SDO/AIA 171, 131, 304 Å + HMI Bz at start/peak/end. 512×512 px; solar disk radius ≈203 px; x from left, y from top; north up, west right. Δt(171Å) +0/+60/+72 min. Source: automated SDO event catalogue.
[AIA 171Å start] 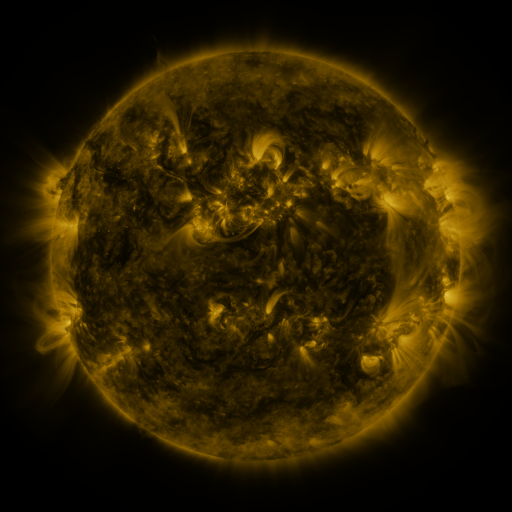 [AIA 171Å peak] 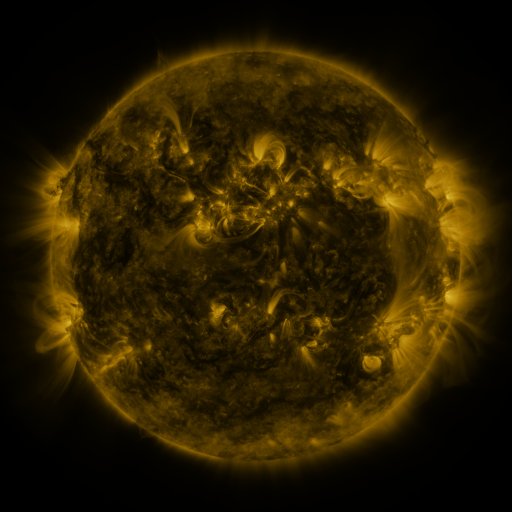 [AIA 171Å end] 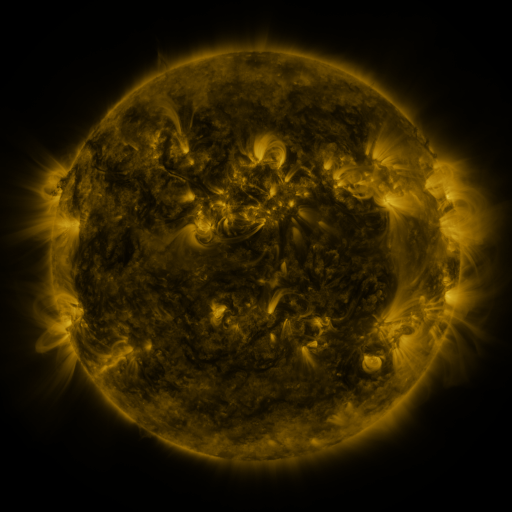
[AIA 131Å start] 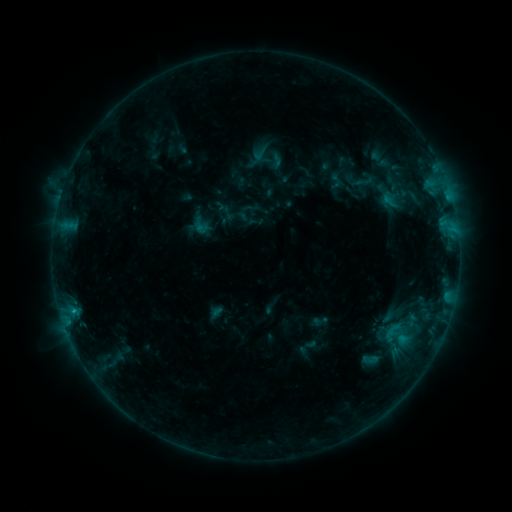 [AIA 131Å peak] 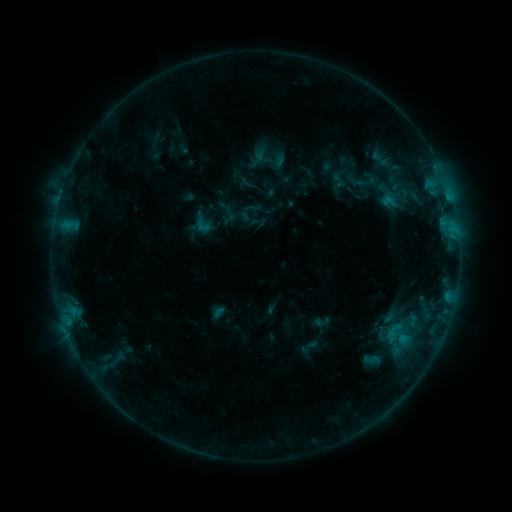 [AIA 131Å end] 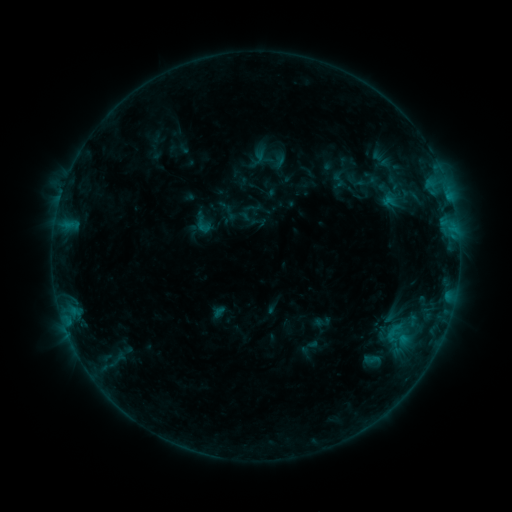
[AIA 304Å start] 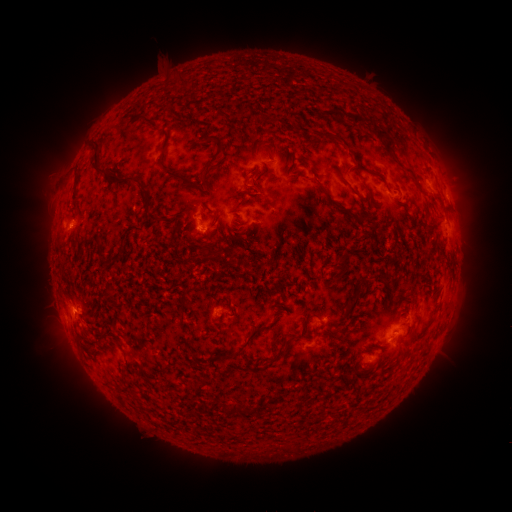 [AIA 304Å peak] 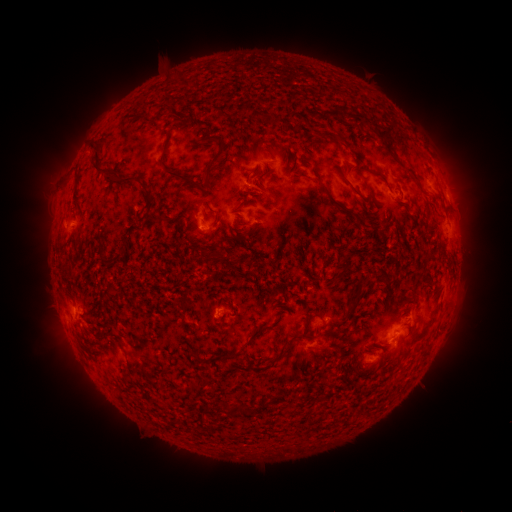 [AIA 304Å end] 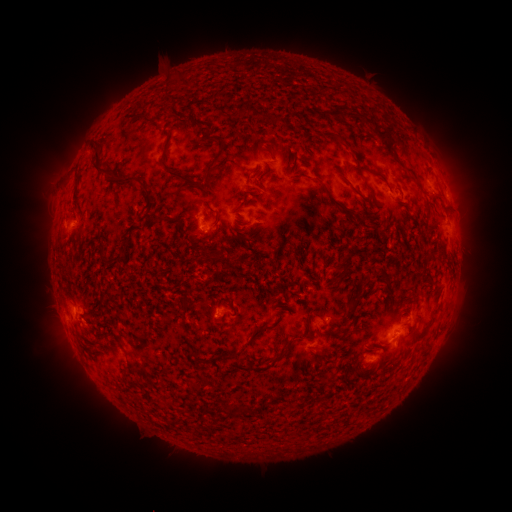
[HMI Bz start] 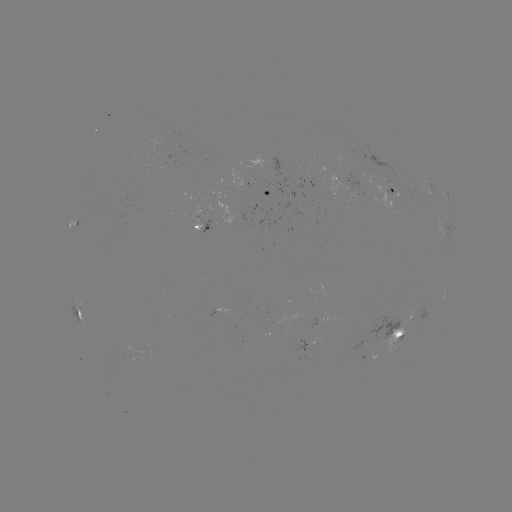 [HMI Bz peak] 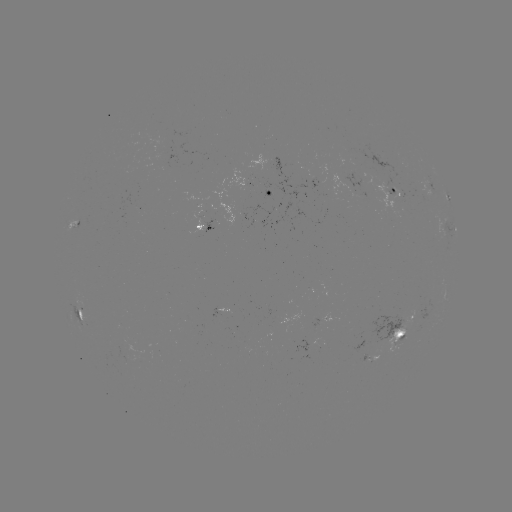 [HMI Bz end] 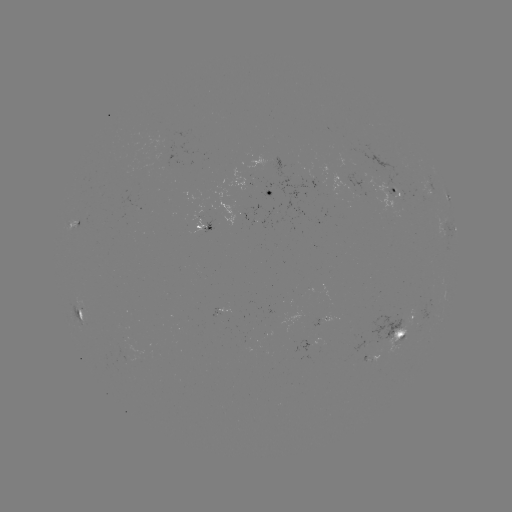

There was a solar emerging-flux region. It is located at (166, 150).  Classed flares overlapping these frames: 2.